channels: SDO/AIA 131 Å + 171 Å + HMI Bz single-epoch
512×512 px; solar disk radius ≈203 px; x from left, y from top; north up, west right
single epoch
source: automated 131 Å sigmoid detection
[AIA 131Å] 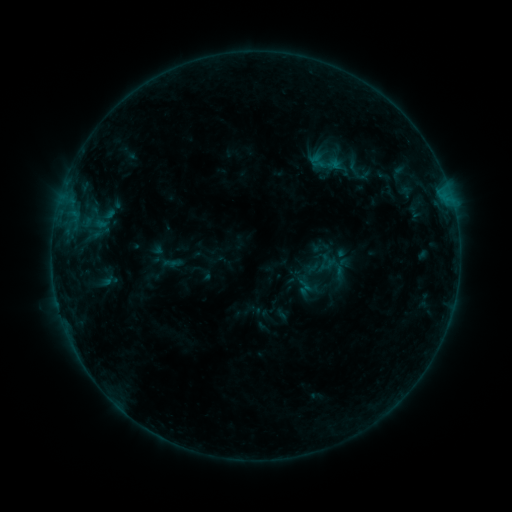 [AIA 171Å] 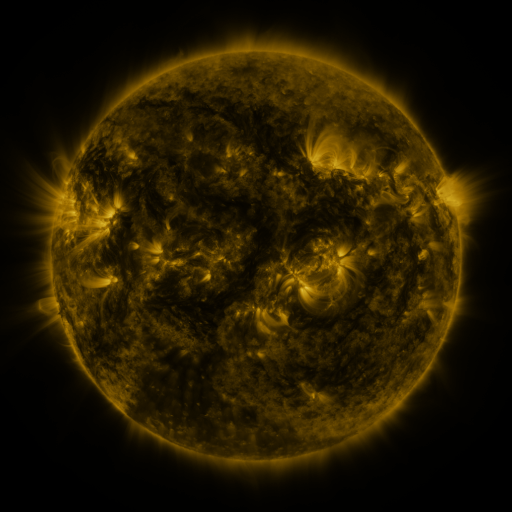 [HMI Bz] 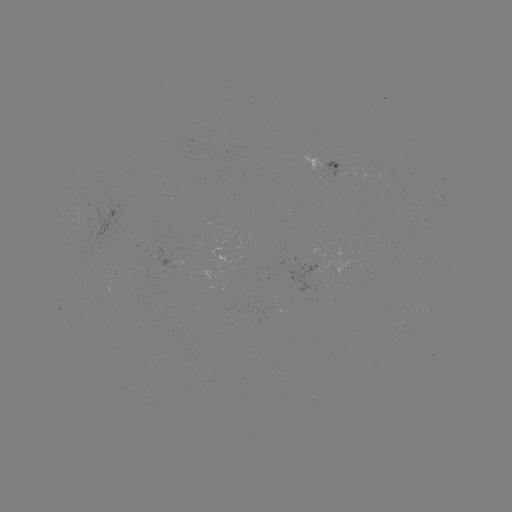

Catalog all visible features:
sigmoid: (326, 162)
sigmoid: (327, 268)
sigmoid: (306, 287)
